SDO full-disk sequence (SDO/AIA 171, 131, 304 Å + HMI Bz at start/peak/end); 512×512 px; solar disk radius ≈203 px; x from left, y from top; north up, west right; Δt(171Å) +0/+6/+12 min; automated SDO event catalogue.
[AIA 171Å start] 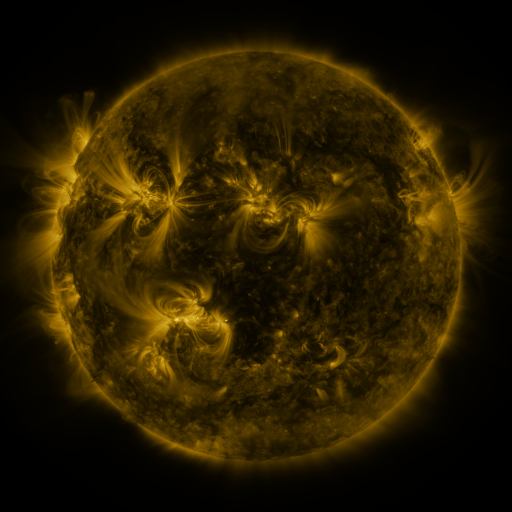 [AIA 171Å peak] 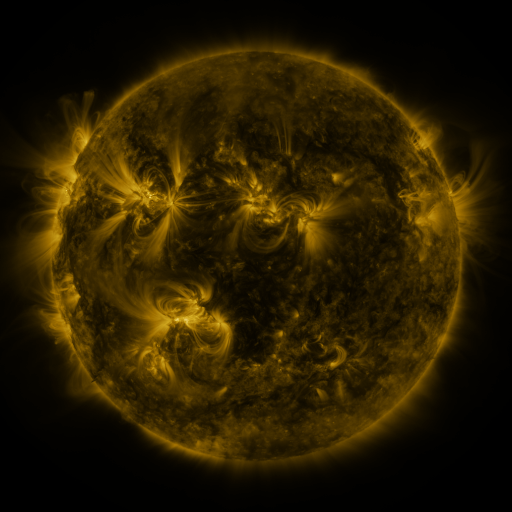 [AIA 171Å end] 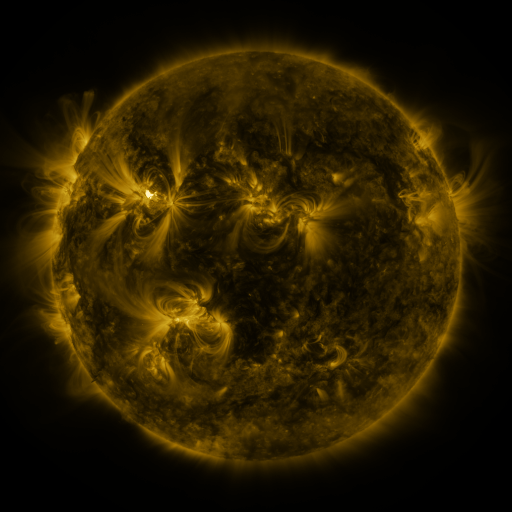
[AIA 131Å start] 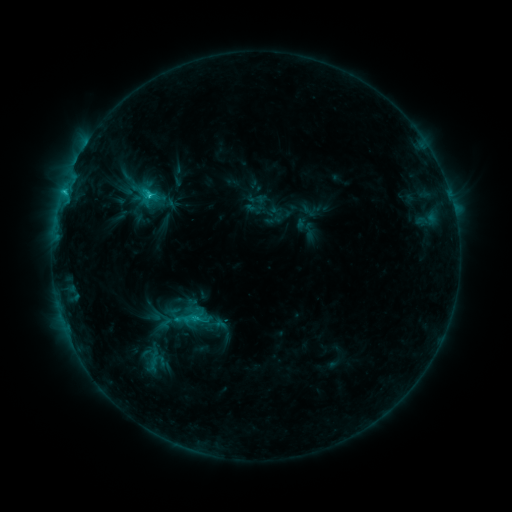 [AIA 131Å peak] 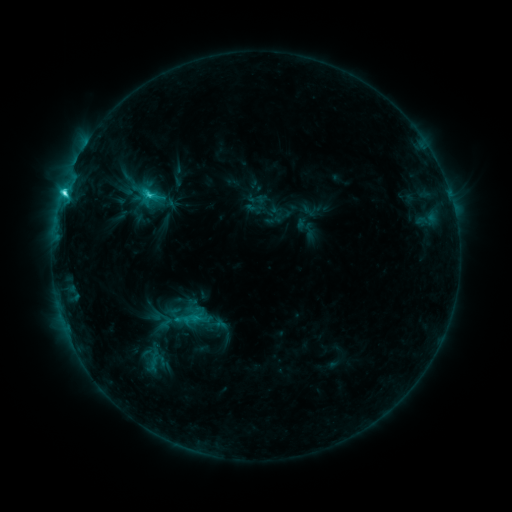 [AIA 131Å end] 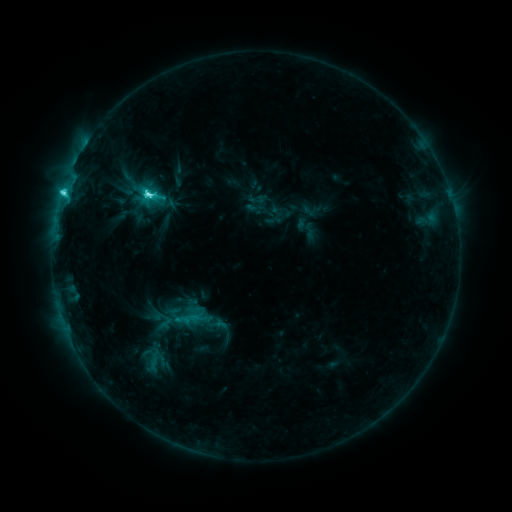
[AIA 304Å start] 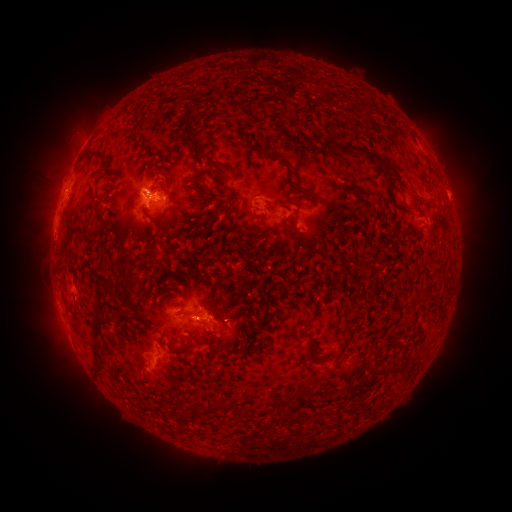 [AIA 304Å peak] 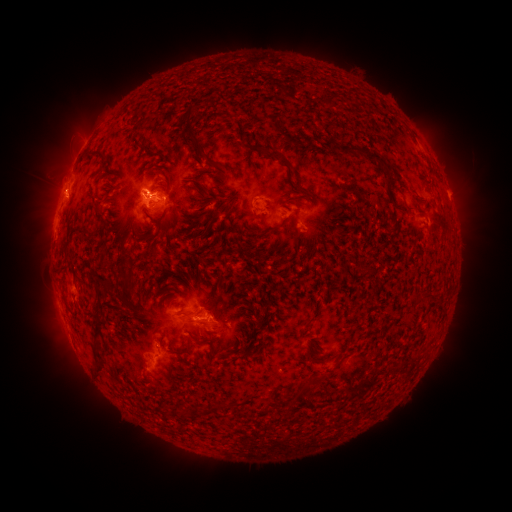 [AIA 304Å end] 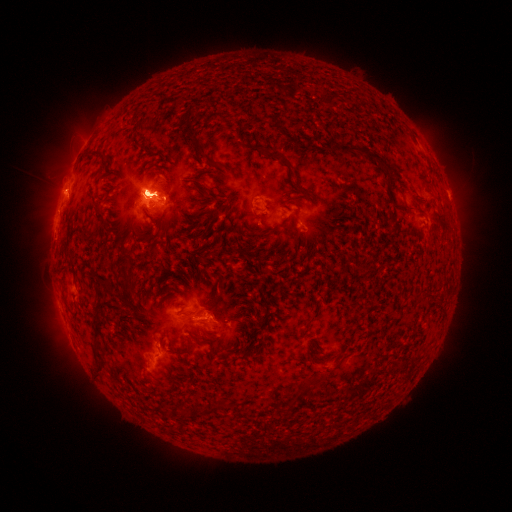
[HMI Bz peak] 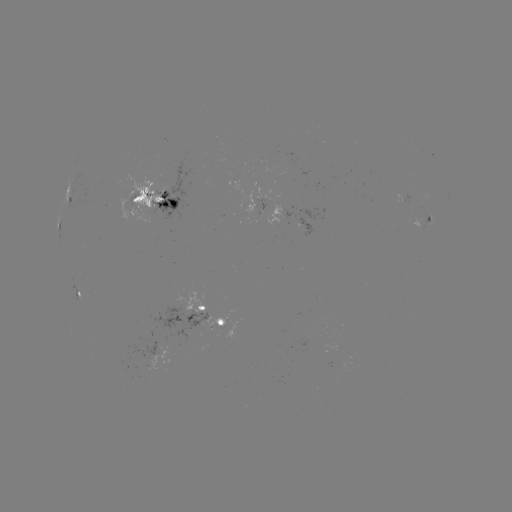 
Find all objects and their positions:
eruption: (59, 187)
